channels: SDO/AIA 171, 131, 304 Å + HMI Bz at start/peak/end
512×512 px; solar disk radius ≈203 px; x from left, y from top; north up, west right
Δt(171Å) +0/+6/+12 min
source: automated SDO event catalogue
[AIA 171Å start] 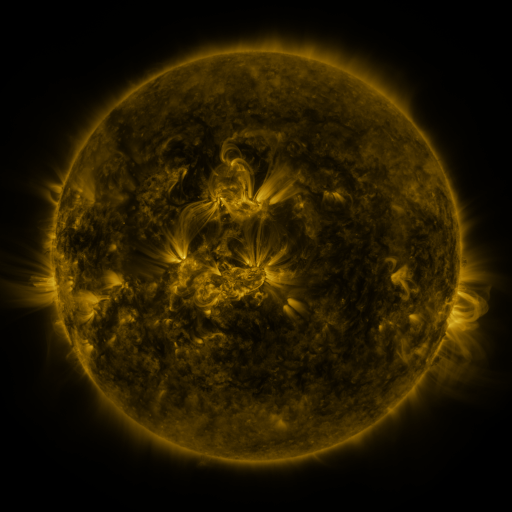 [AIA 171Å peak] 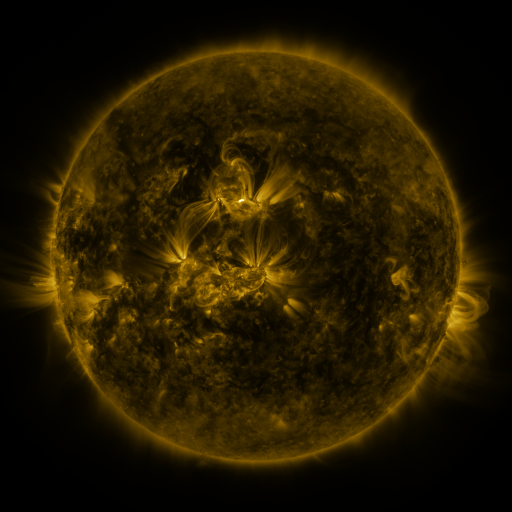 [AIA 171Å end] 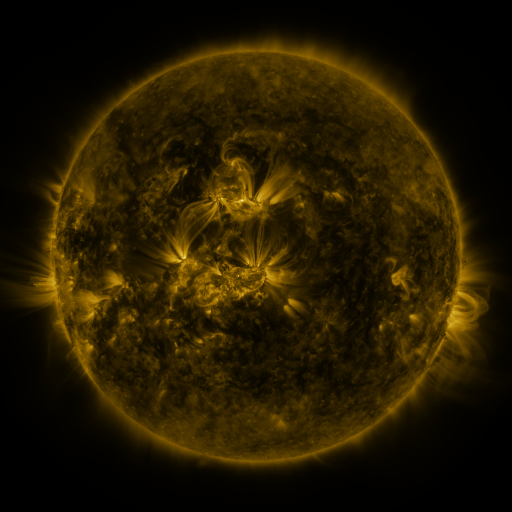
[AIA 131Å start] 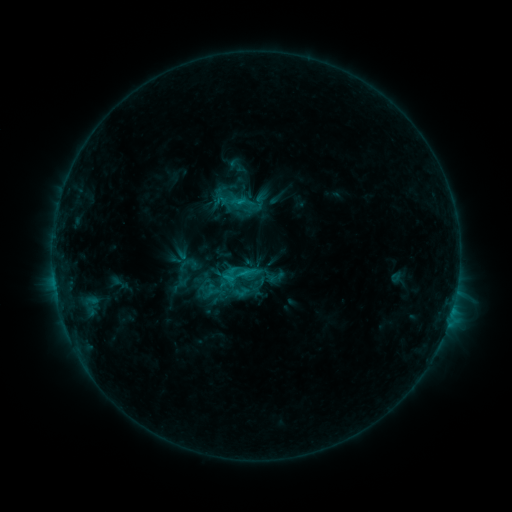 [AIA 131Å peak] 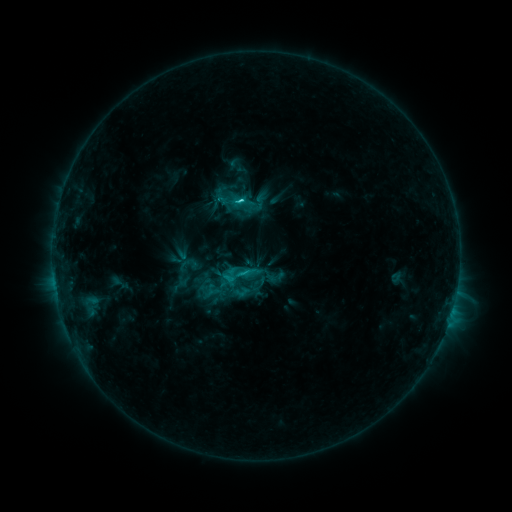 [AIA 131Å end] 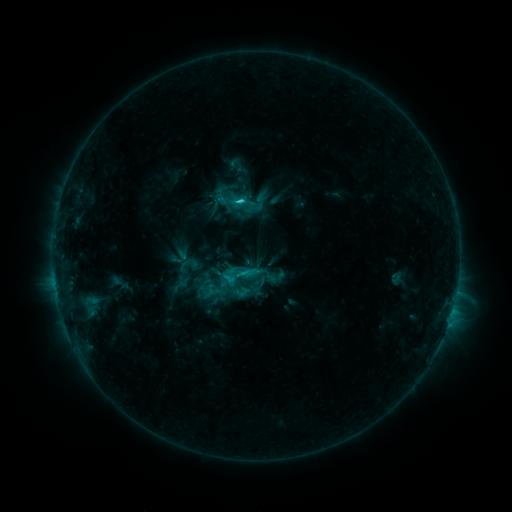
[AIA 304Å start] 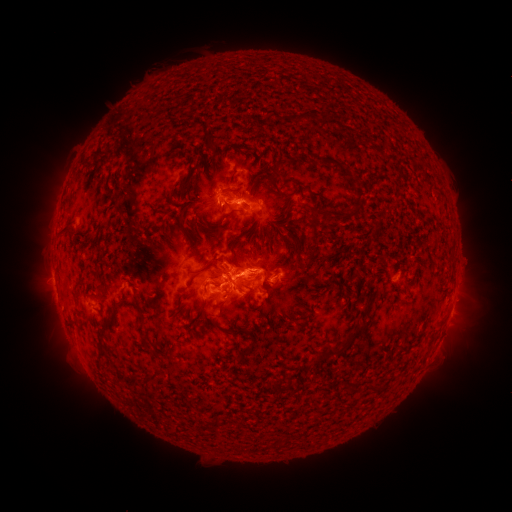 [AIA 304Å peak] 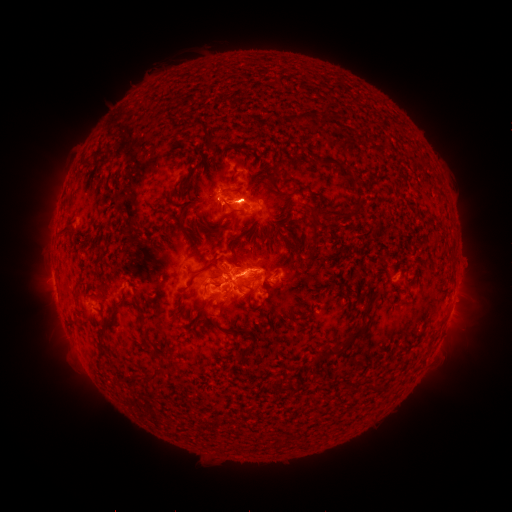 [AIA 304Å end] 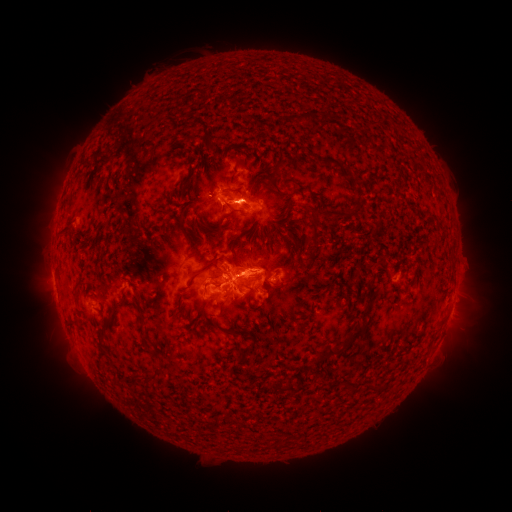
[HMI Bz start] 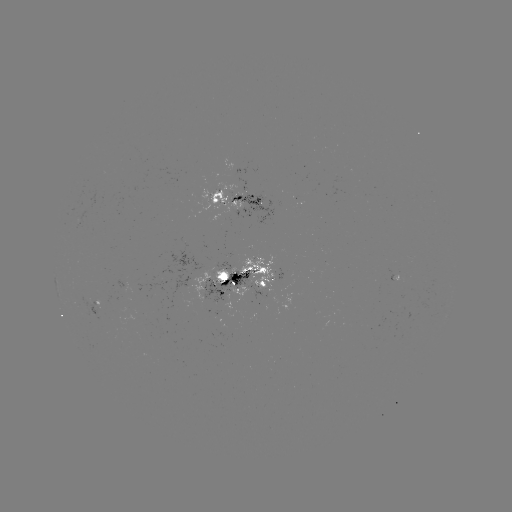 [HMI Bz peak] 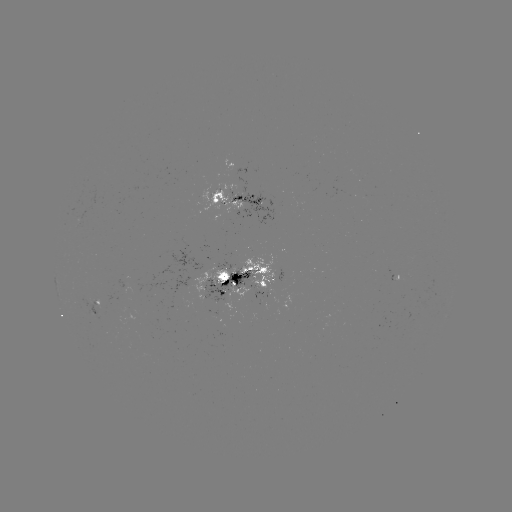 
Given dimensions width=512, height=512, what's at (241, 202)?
C4.5 flare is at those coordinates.